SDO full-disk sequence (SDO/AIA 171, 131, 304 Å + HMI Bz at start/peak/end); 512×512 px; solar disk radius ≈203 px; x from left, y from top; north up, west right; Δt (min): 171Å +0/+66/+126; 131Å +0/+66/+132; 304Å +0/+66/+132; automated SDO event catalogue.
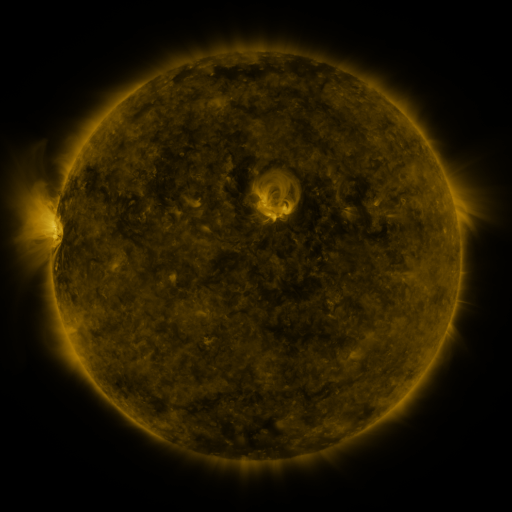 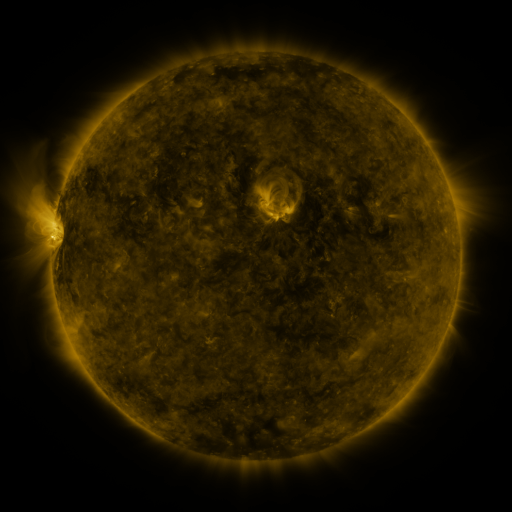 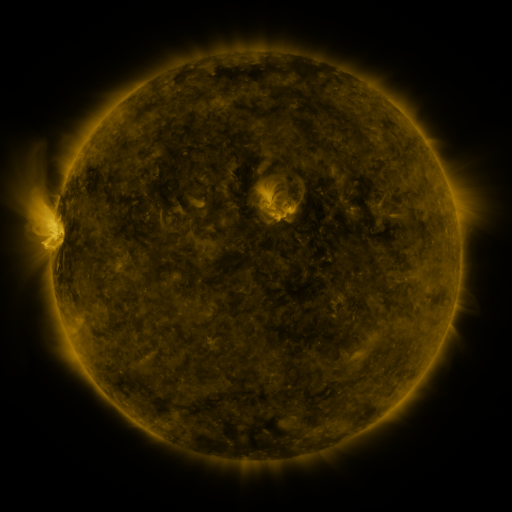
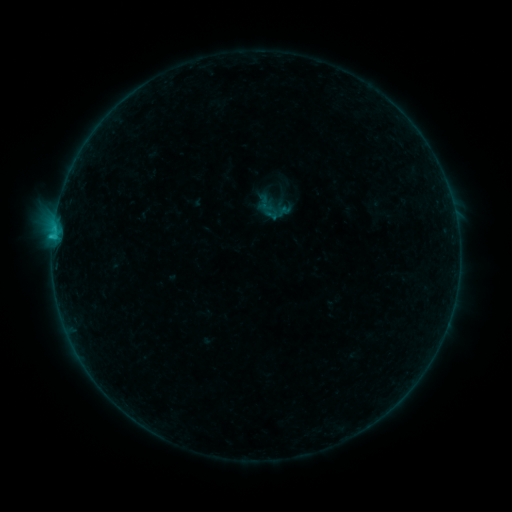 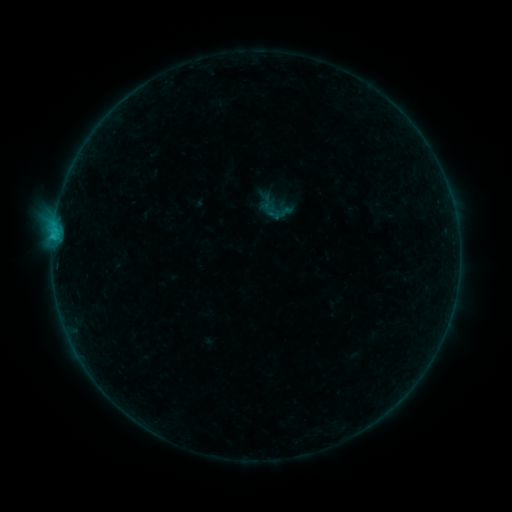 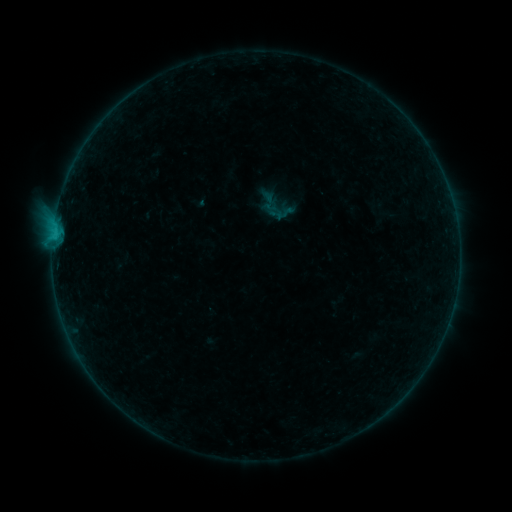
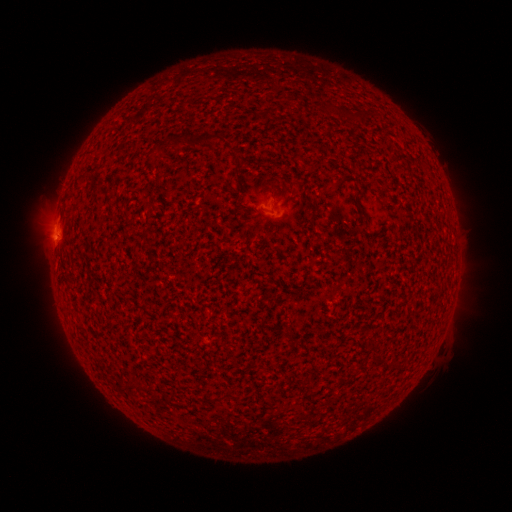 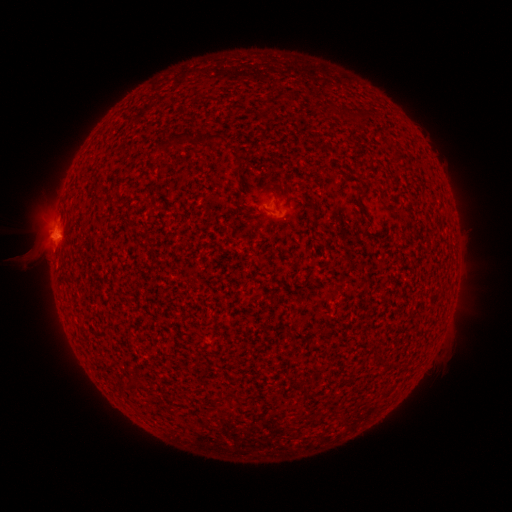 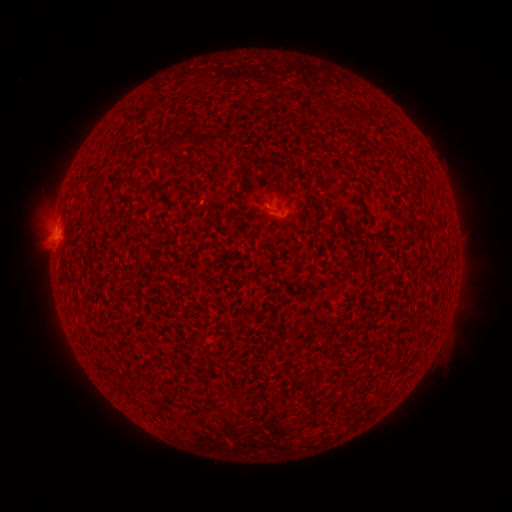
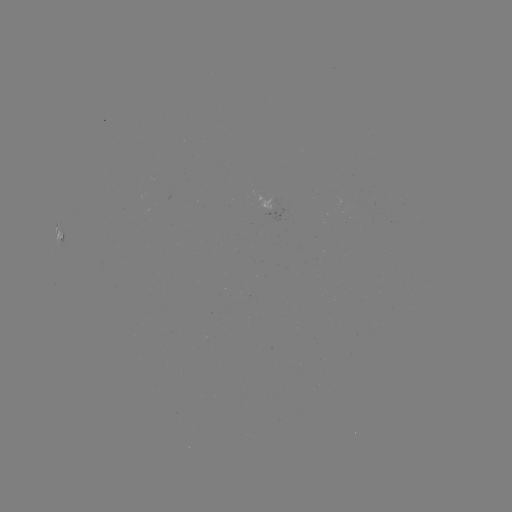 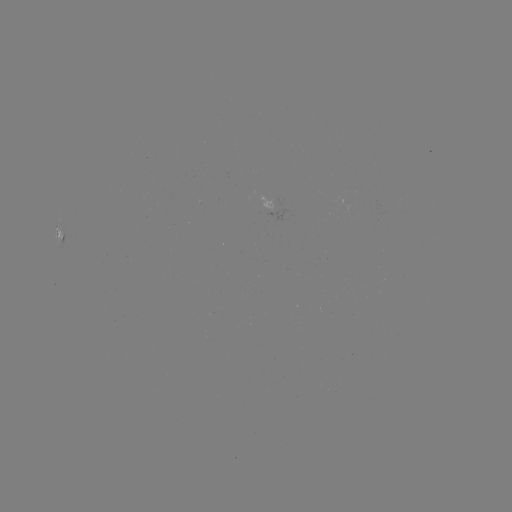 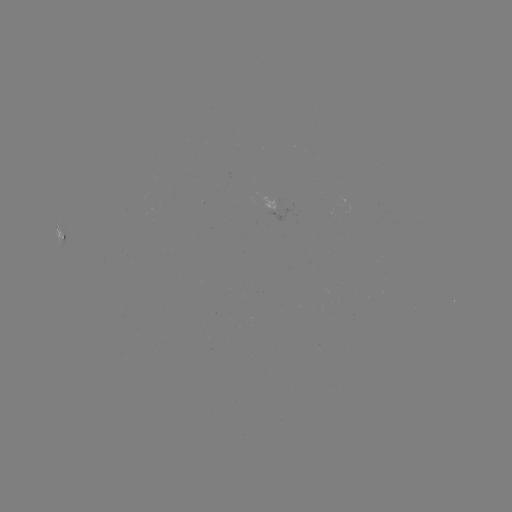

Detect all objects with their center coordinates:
filament eruption: (44, 227)
